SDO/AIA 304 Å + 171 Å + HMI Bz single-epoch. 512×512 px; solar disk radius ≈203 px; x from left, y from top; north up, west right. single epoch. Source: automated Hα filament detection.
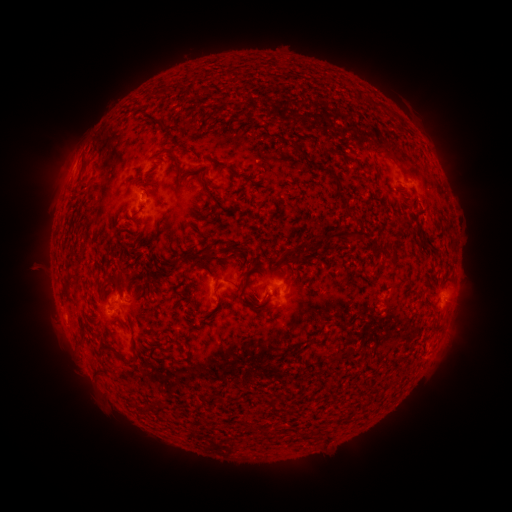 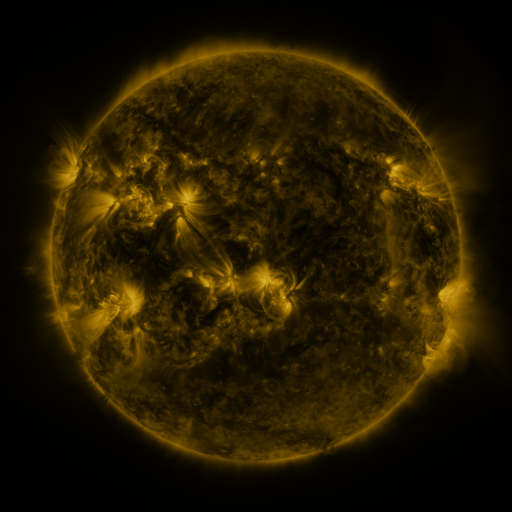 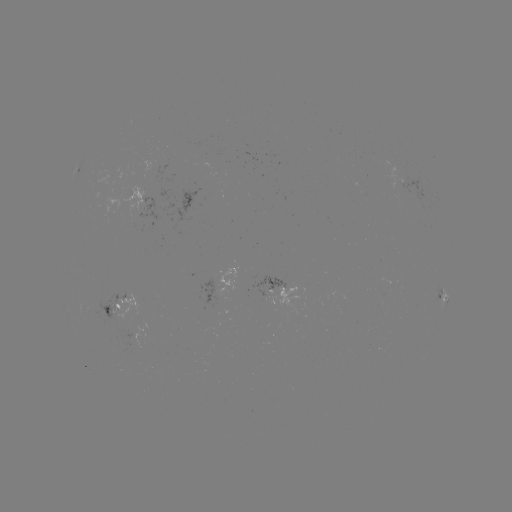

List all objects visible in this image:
filament: (175, 90)
filament: (161, 126)
filament: (229, 133)
filament: (279, 138)
filament: (315, 138)
filament: (171, 157)
filament: (346, 158)
filament: (208, 159)
filament: (82, 169)
filament: (193, 169)
filament: (137, 180)
filament: (150, 180)
filament: (371, 191)
filament: (340, 195)
filament: (210, 196)
filament: (314, 223)
filament: (162, 227)
filament: (341, 233)
filament: (140, 235)
filament: (205, 252)
filament: (137, 253)
filament: (284, 260)
filament: (289, 275)
filament: (117, 284)
filament: (66, 291)
filament: (171, 359)
filament: (127, 363)
filament: (101, 372)
filament: (276, 406)
filament: (253, 427)
